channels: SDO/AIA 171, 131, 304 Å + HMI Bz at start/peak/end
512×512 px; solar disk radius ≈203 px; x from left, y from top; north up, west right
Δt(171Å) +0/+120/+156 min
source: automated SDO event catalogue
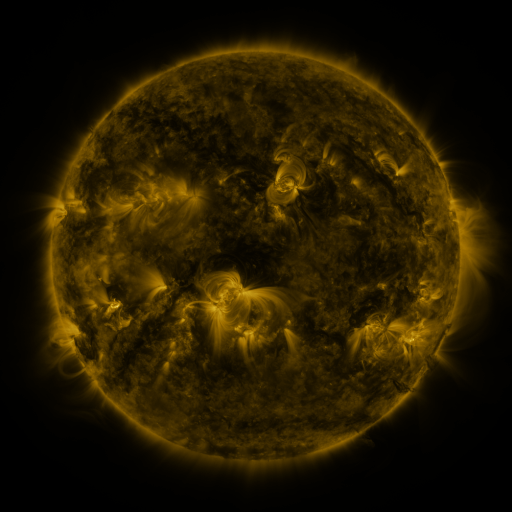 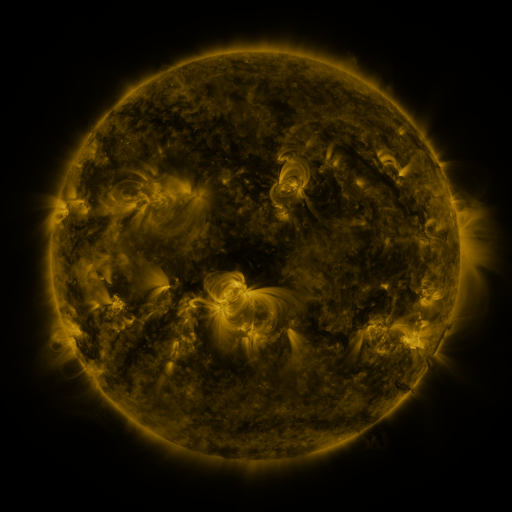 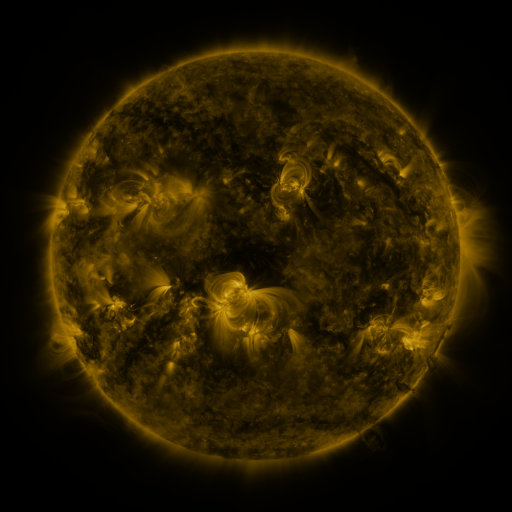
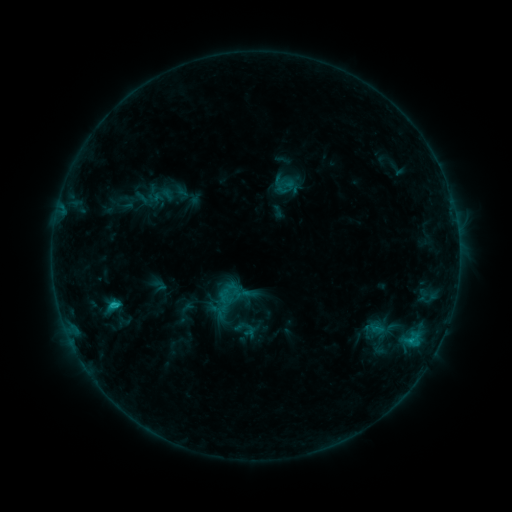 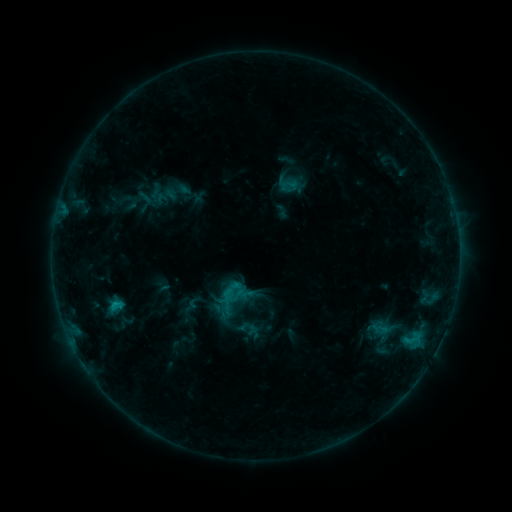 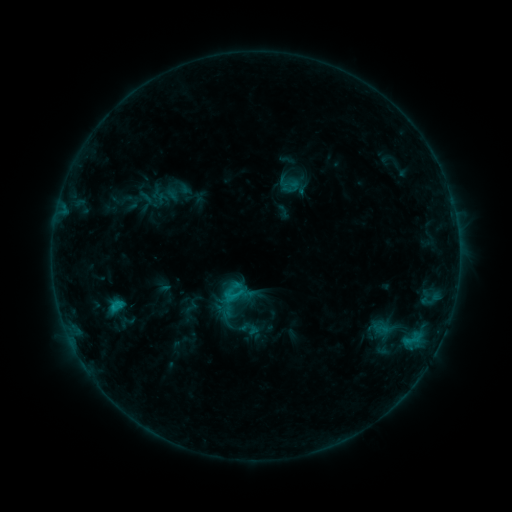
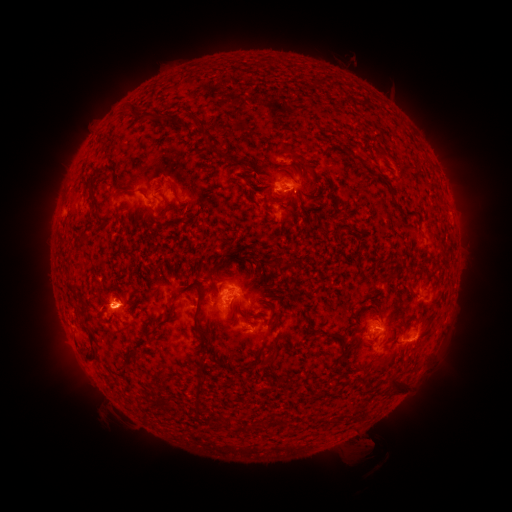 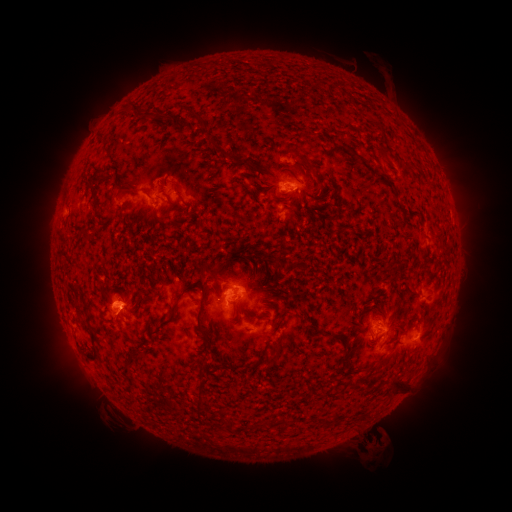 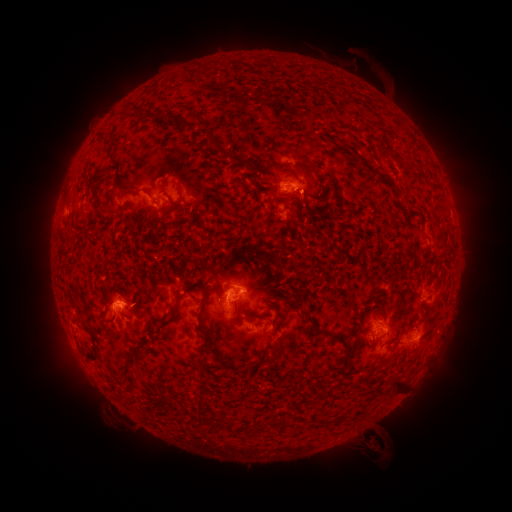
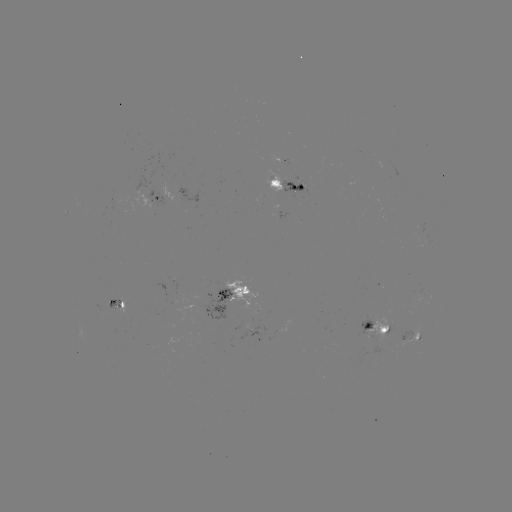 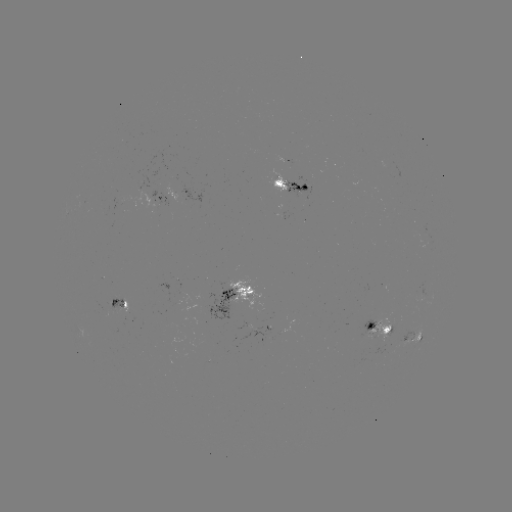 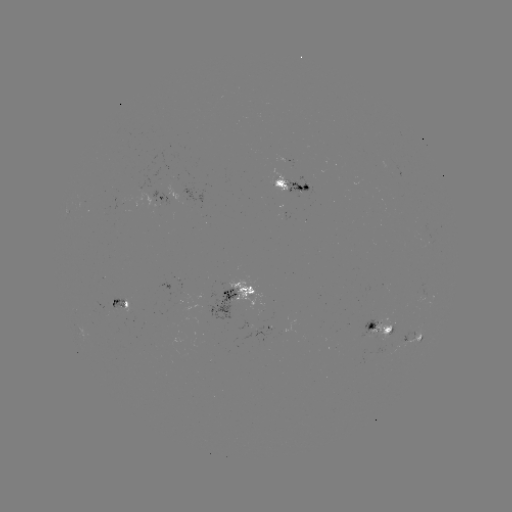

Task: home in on emerging-flux region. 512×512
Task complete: [113, 303].